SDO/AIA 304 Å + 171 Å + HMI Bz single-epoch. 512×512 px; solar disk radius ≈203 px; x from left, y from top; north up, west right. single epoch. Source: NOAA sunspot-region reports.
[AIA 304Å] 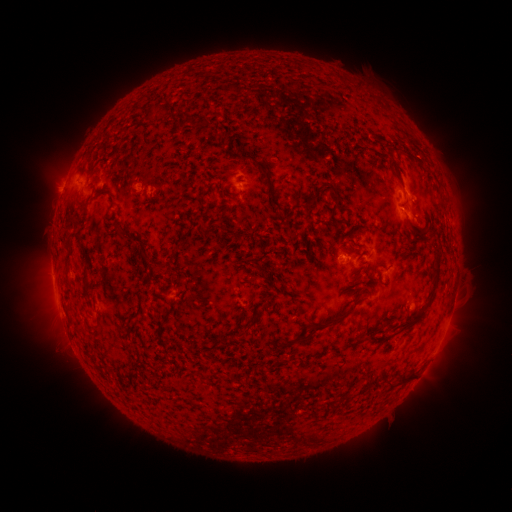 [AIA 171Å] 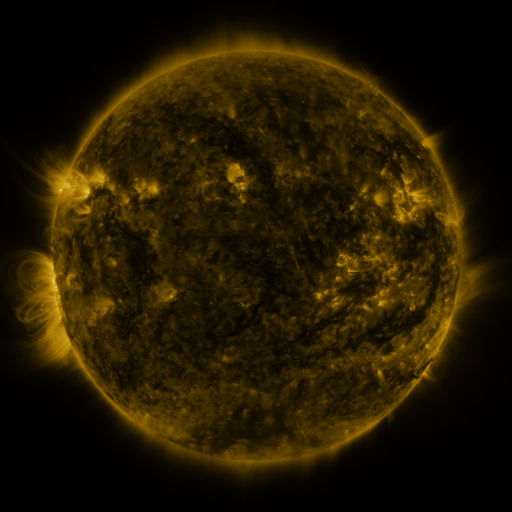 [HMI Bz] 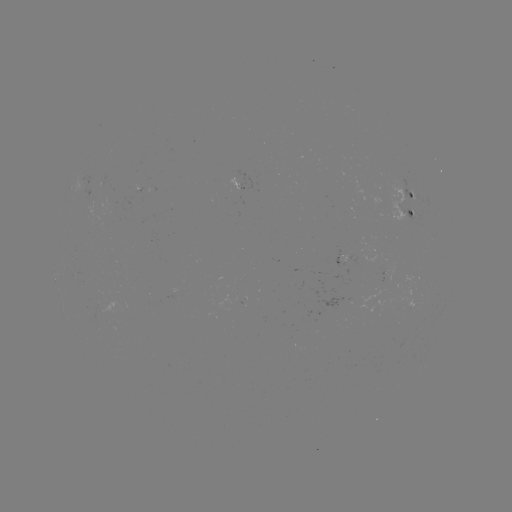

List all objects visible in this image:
spotted active region: (242, 183)
spotted active region: (411, 202)
spotted active region: (393, 266)
